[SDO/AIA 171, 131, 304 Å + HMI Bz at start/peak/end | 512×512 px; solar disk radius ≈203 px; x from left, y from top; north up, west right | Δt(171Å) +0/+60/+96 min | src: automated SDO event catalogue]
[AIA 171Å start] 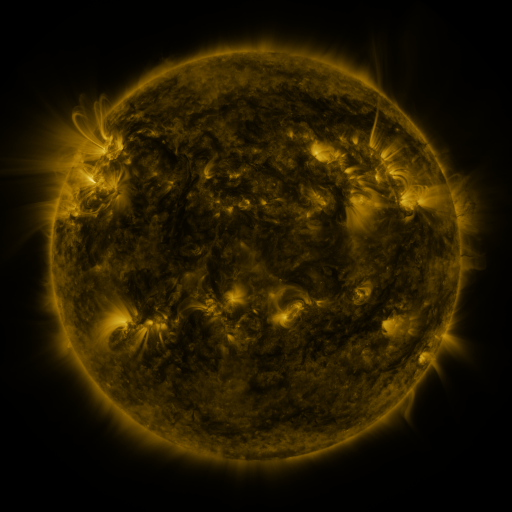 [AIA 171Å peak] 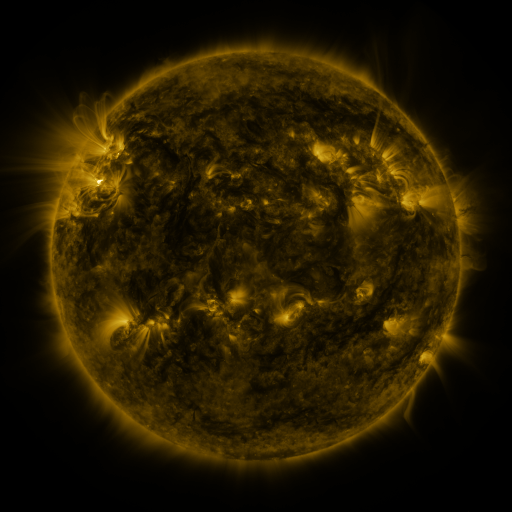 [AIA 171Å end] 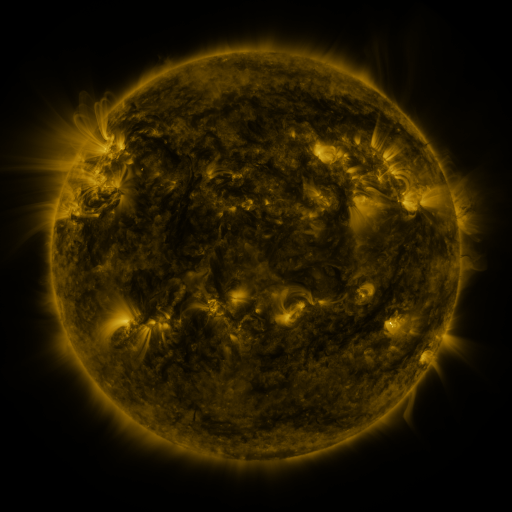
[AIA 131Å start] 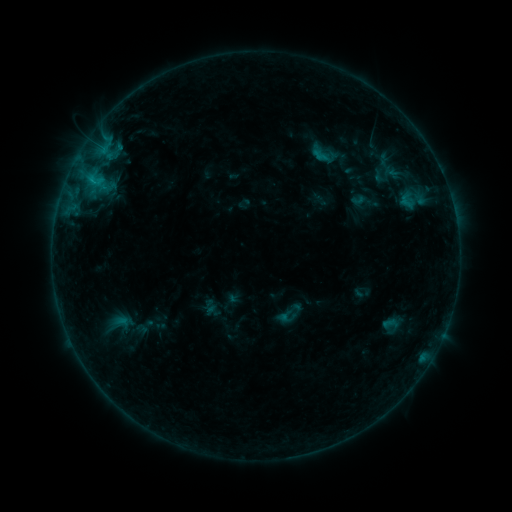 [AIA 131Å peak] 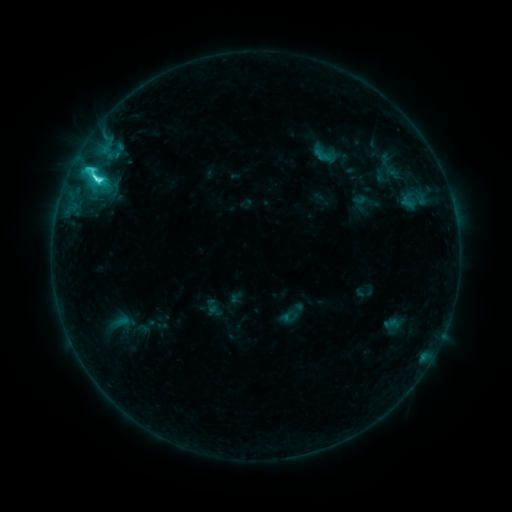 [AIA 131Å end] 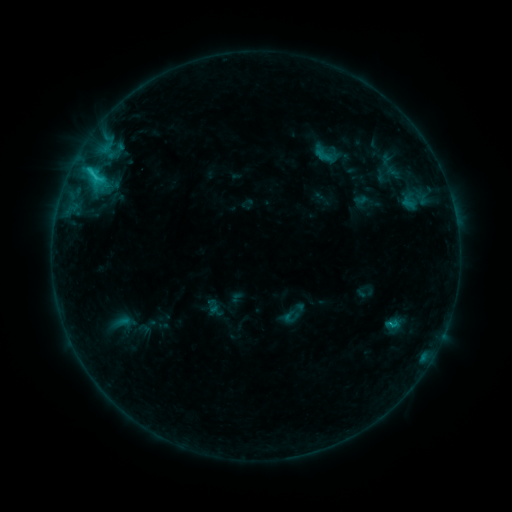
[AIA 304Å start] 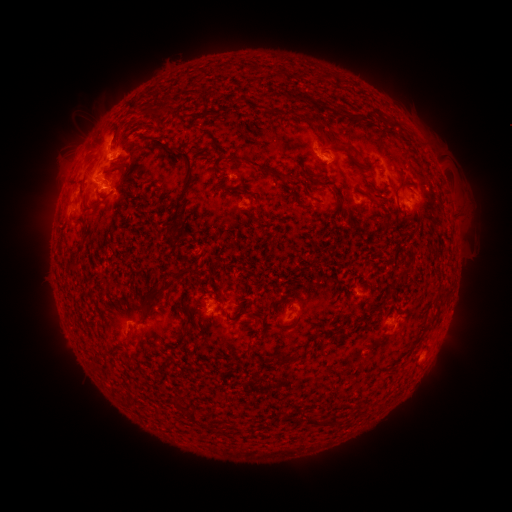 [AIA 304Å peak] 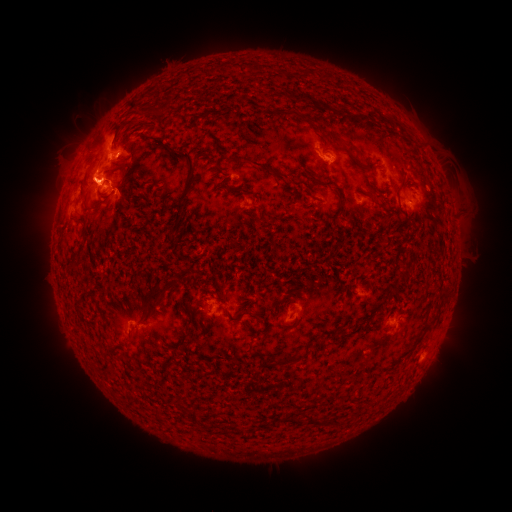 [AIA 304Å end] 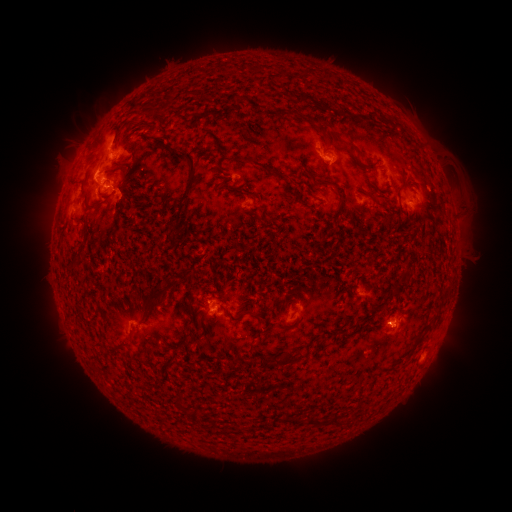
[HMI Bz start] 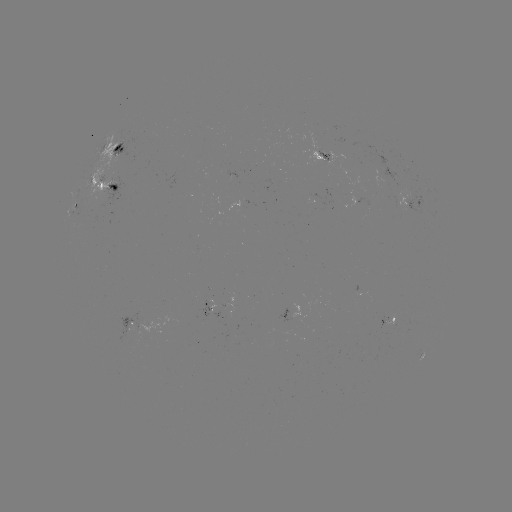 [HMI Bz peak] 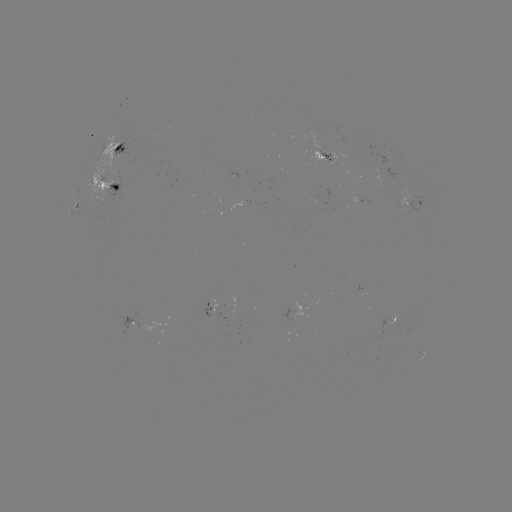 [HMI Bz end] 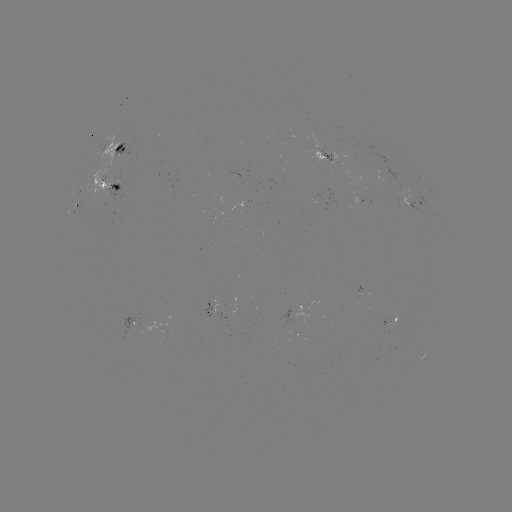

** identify emerging-flux region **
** (320, 205) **